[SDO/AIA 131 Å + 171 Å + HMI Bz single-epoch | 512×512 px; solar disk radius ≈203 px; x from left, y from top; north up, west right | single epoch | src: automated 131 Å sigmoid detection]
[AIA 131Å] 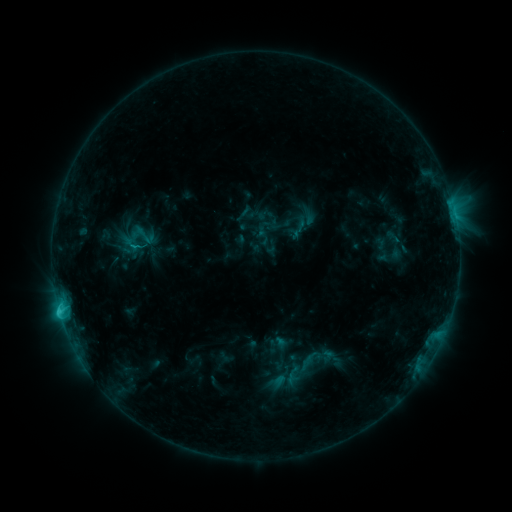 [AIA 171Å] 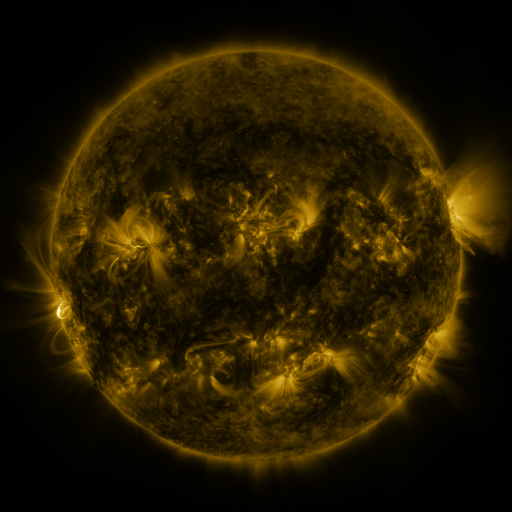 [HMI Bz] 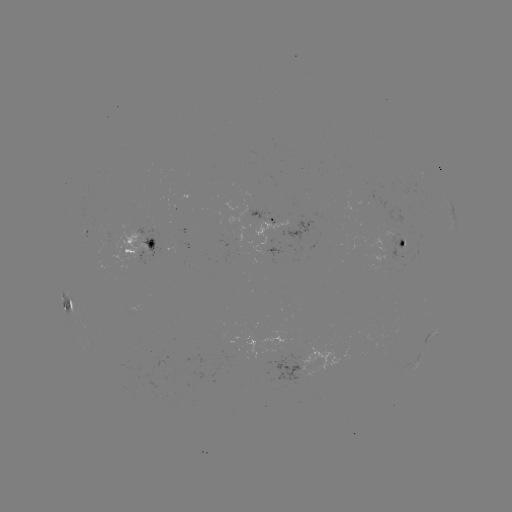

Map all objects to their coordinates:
sigmoid: [134, 223, 157, 248]
